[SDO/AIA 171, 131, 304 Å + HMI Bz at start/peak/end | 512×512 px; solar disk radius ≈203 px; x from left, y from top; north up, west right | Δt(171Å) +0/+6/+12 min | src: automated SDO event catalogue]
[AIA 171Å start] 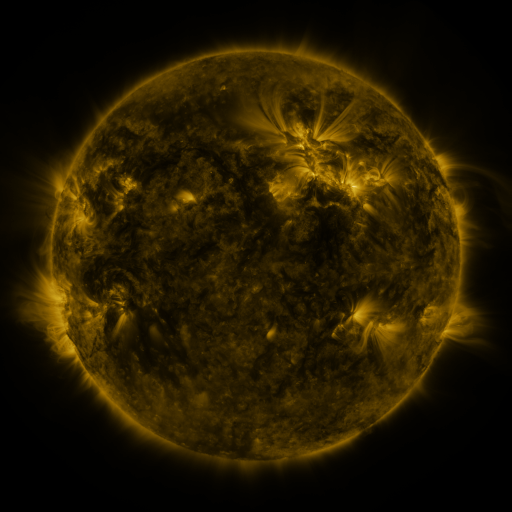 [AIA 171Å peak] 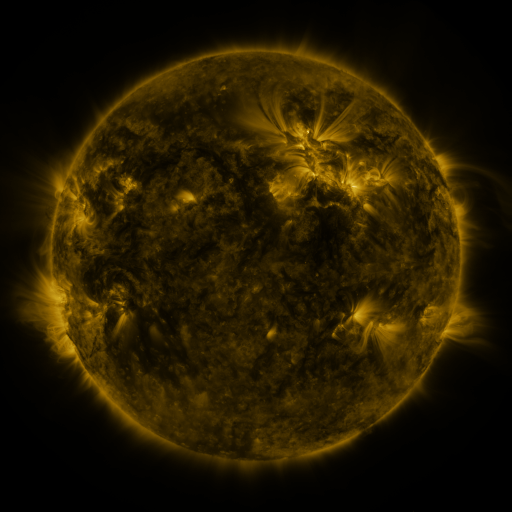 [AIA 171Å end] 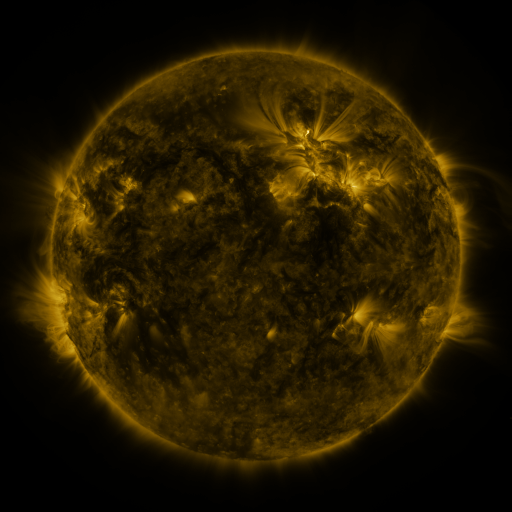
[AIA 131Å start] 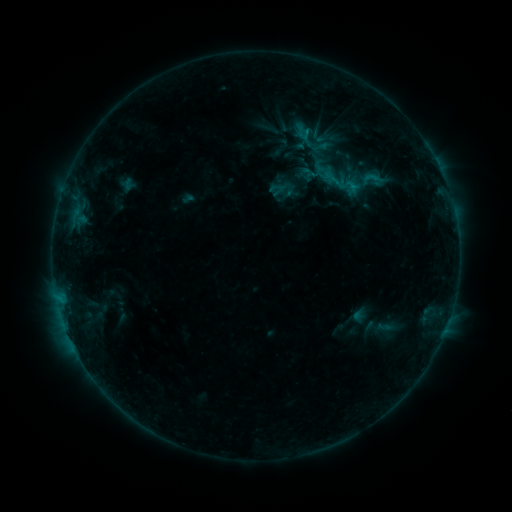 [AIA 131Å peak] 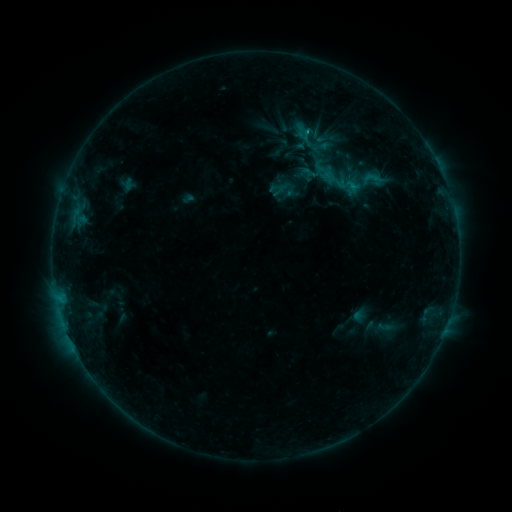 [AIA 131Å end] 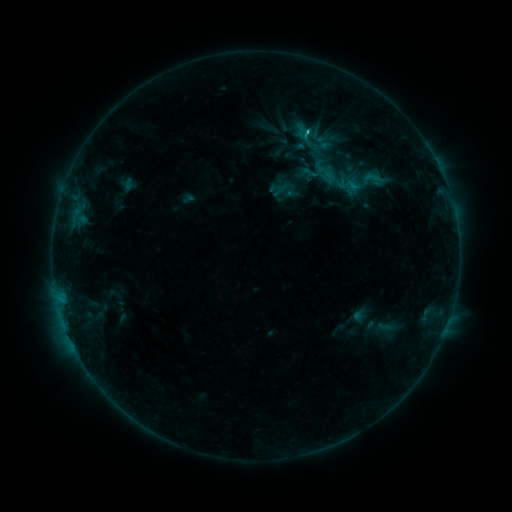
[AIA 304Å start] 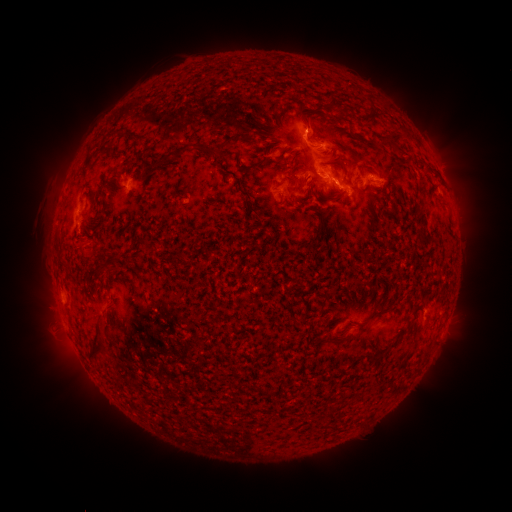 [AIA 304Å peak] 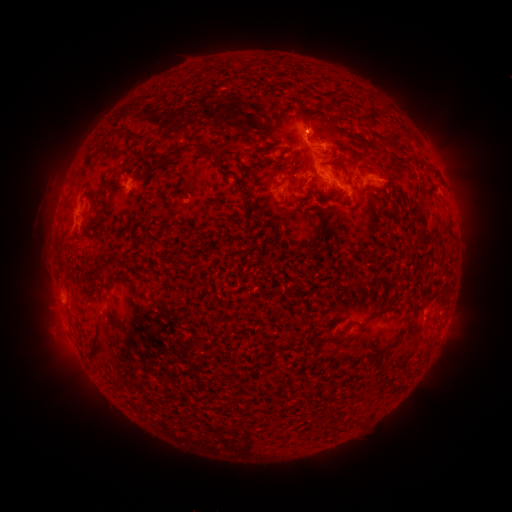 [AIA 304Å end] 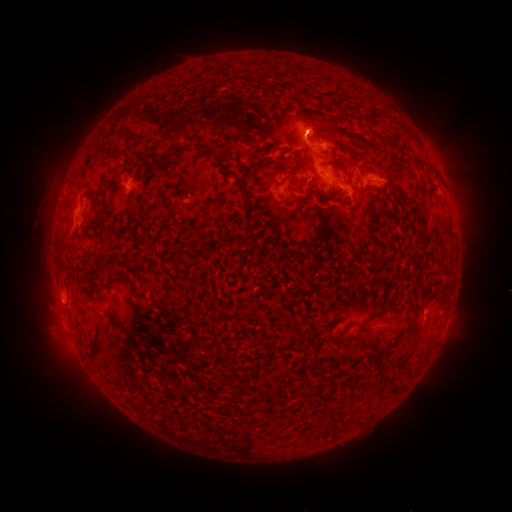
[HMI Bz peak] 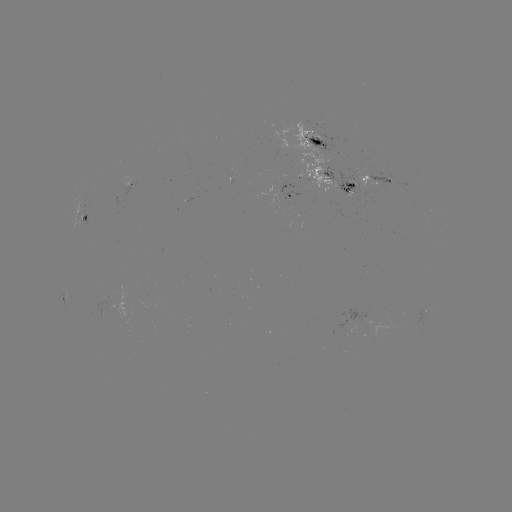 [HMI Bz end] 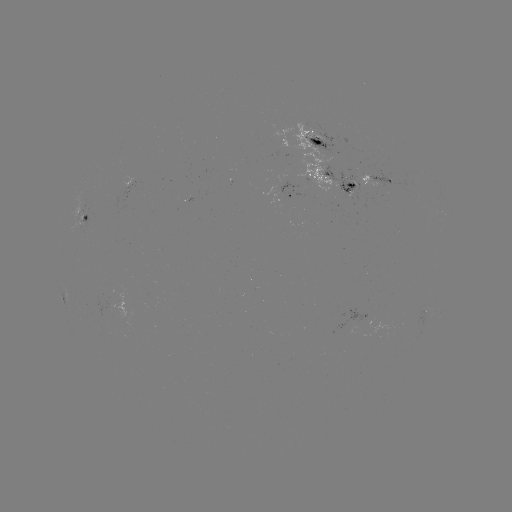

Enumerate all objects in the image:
B9.8 flare: (306, 133)
